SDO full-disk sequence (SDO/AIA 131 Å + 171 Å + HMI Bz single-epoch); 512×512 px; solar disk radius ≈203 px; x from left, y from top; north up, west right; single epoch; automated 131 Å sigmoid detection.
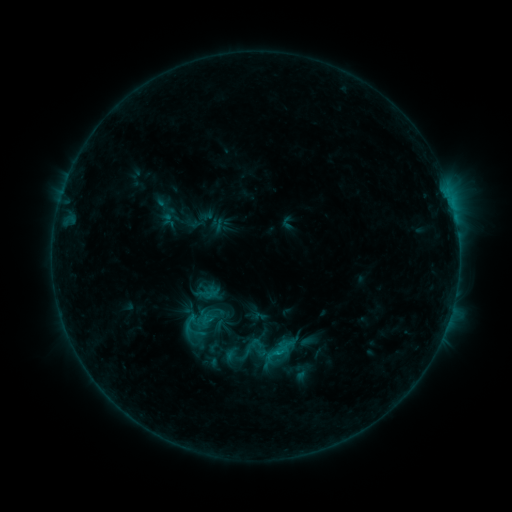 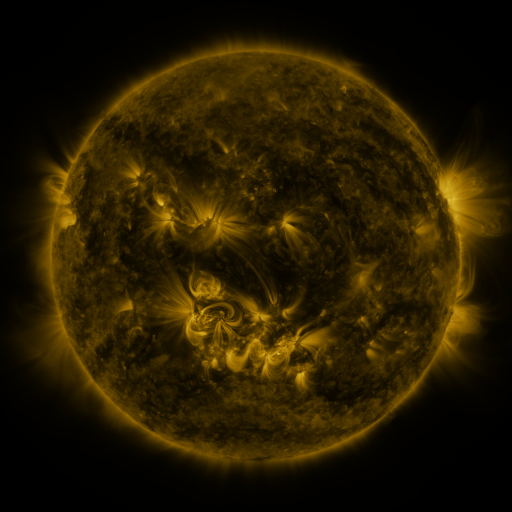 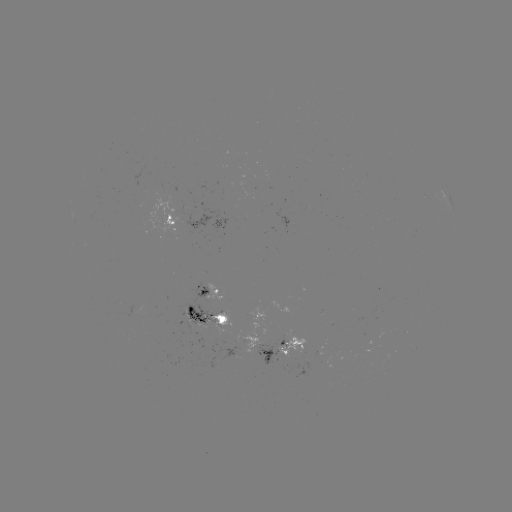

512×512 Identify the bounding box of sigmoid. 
[183, 297, 232, 340].